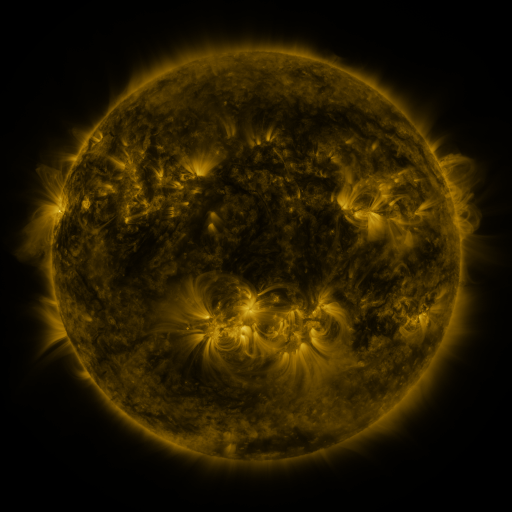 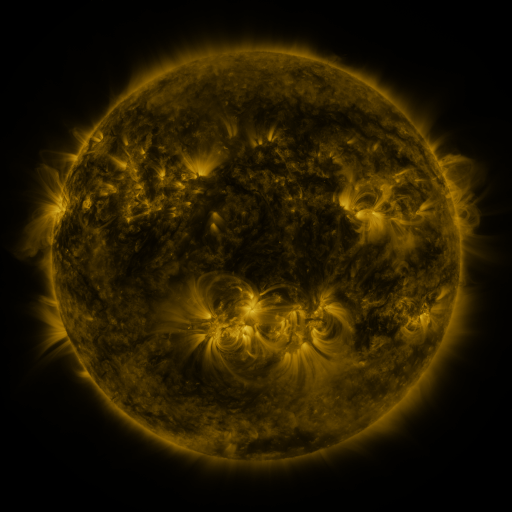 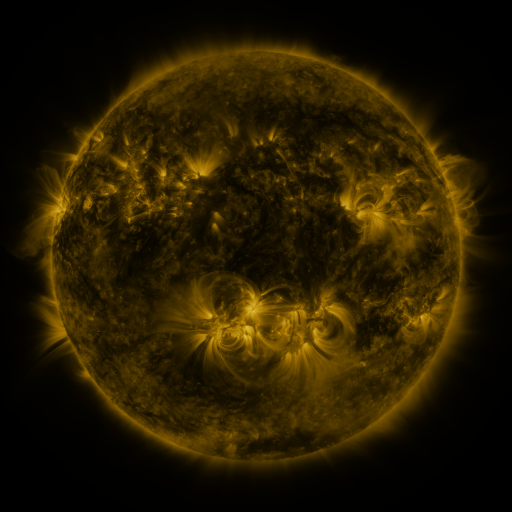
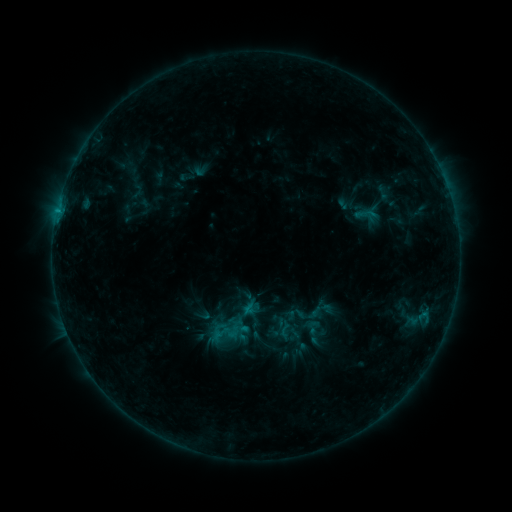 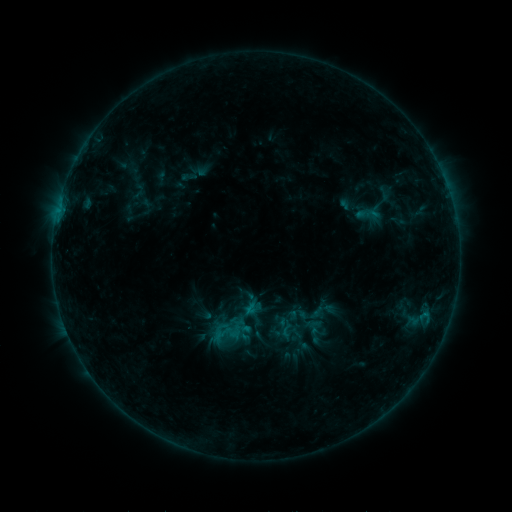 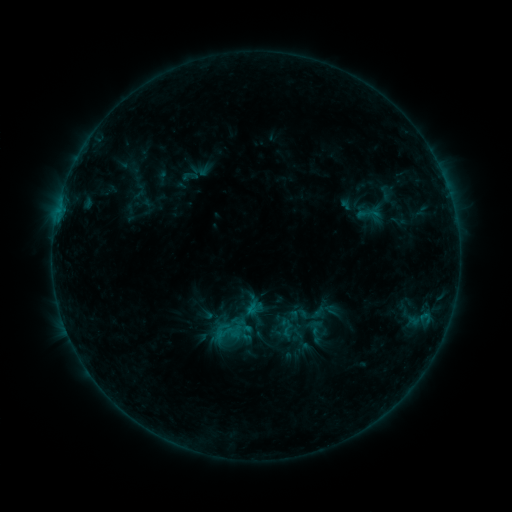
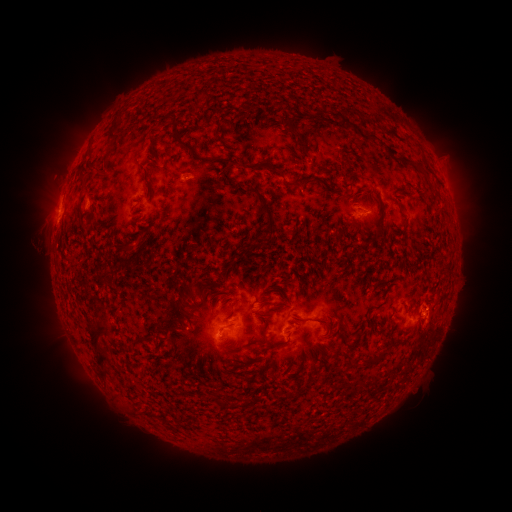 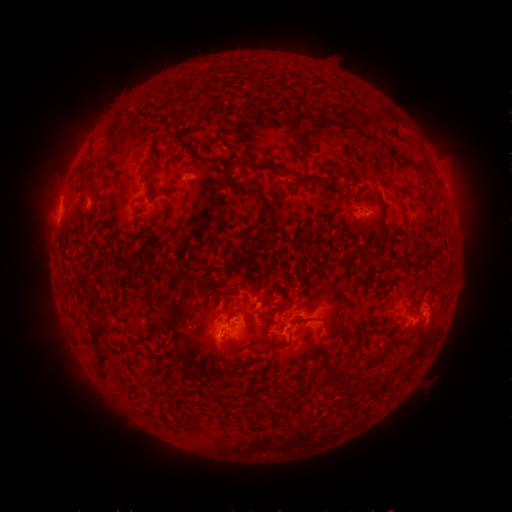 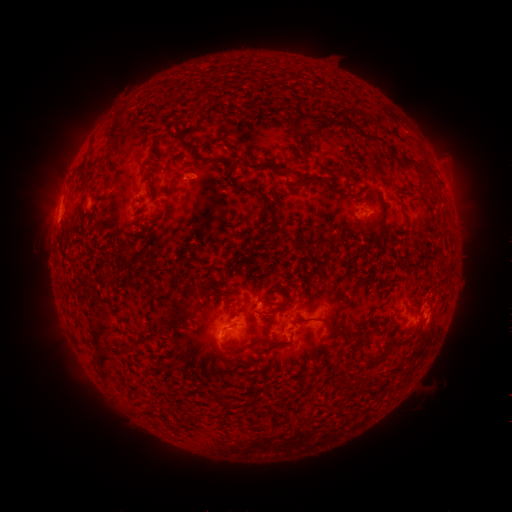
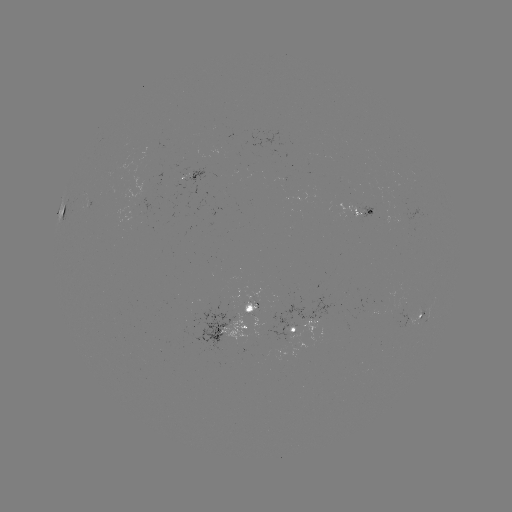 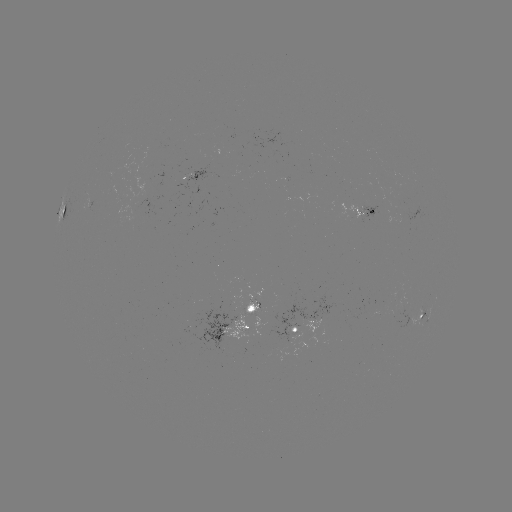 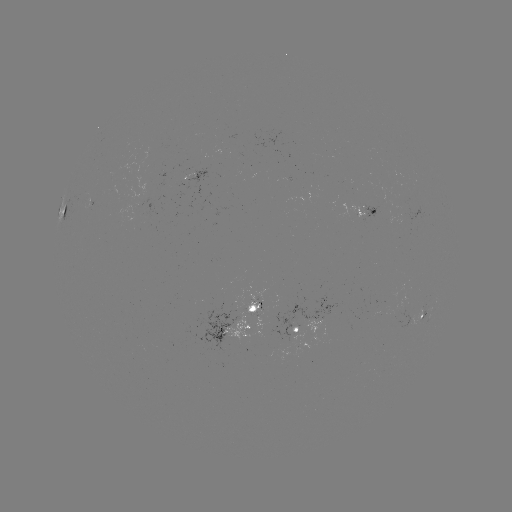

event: emerging-flux region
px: (376, 202)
